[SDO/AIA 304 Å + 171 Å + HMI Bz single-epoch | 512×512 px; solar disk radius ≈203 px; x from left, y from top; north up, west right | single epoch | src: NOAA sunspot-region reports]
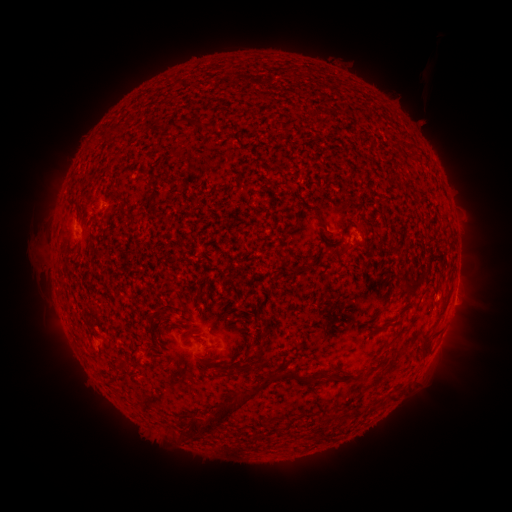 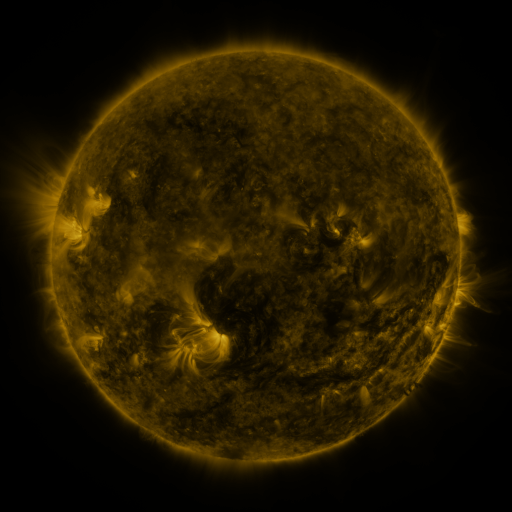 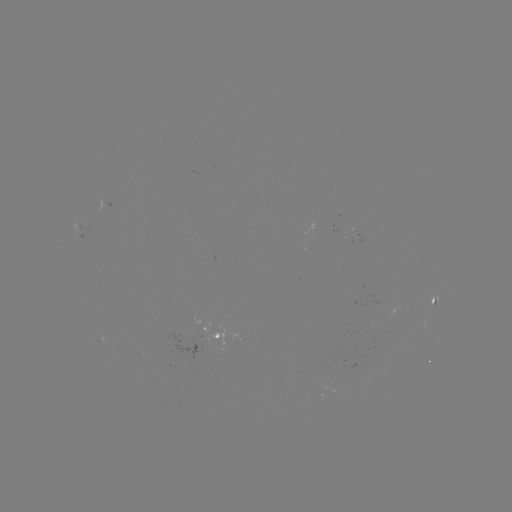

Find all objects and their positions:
spotted active region: (455, 294)
spotted active region: (431, 308)
spotted active region: (212, 335)
